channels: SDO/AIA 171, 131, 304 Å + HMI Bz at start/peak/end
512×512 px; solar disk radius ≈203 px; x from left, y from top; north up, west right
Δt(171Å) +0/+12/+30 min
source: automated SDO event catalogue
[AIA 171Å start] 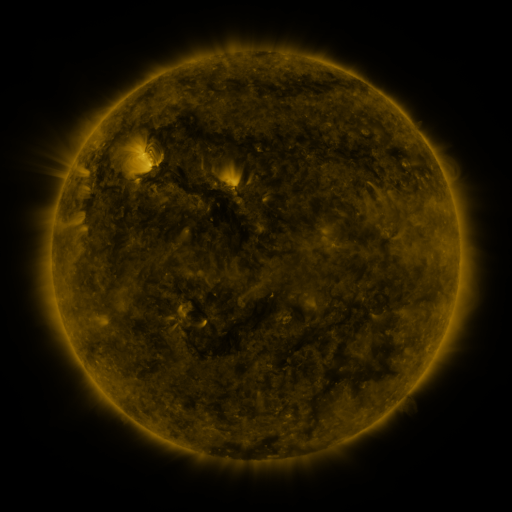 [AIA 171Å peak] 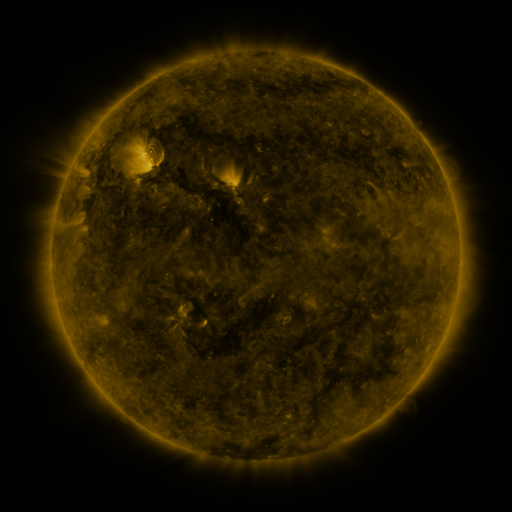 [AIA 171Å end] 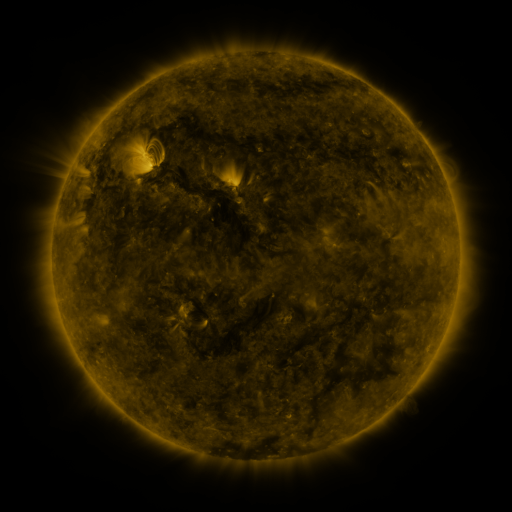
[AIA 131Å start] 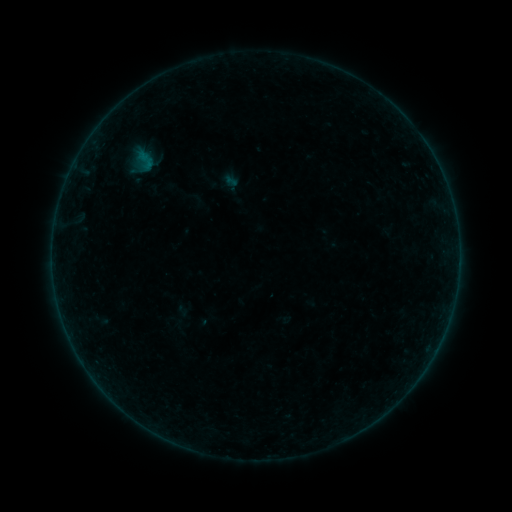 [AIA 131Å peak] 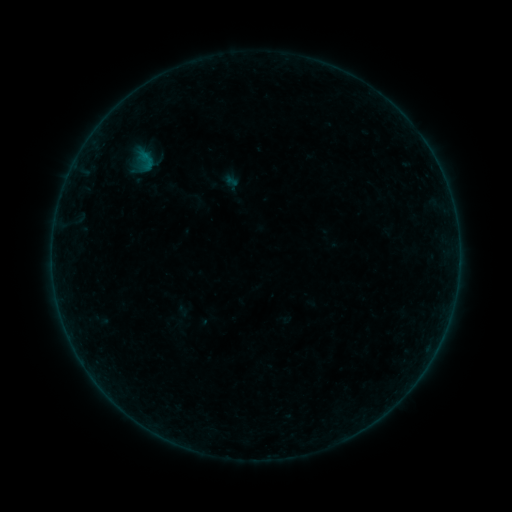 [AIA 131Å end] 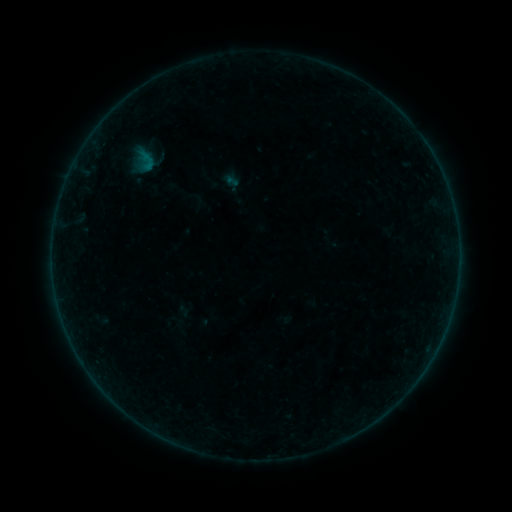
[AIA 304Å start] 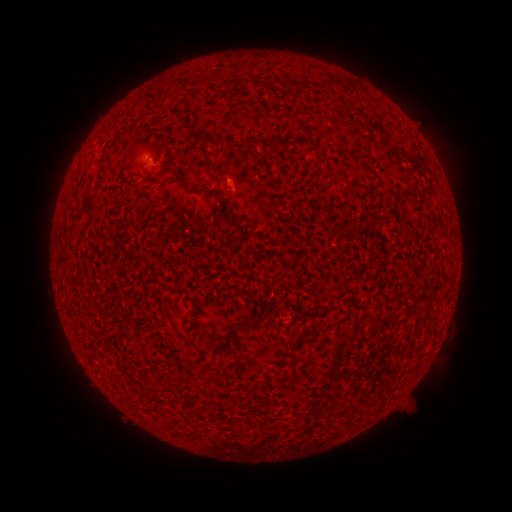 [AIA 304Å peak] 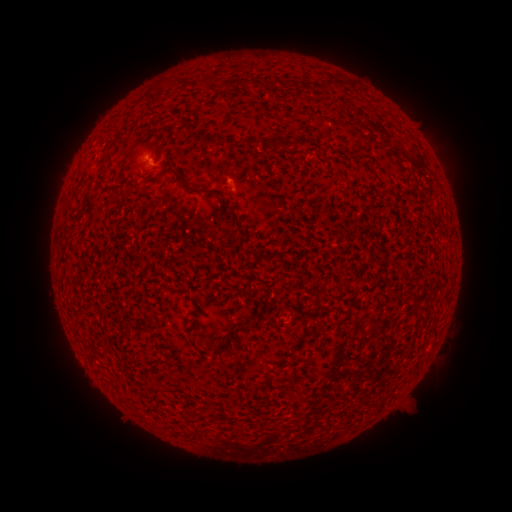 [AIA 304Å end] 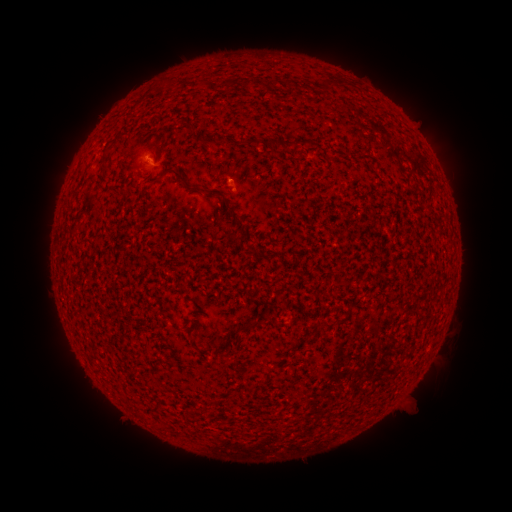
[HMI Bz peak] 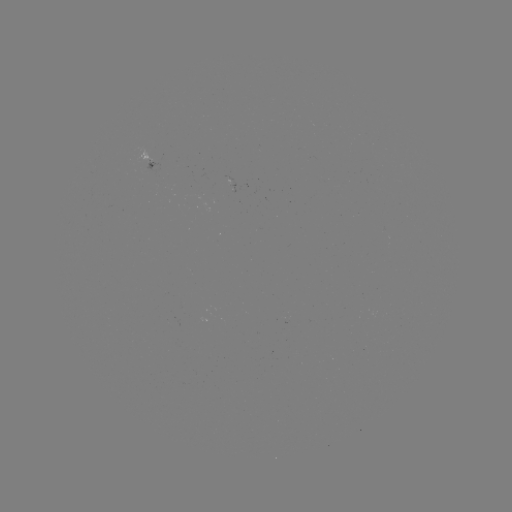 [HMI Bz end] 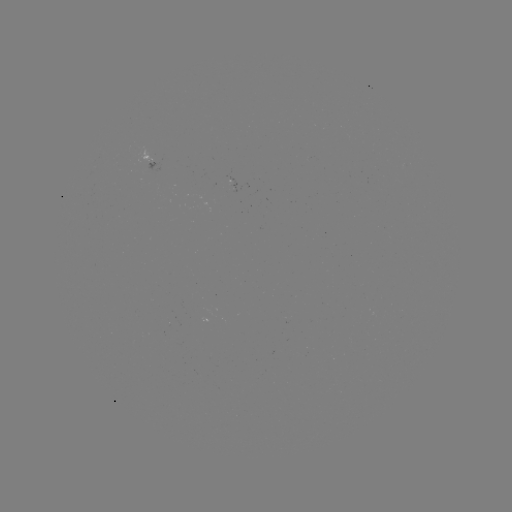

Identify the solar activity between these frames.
B1.1 flare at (226, 183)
